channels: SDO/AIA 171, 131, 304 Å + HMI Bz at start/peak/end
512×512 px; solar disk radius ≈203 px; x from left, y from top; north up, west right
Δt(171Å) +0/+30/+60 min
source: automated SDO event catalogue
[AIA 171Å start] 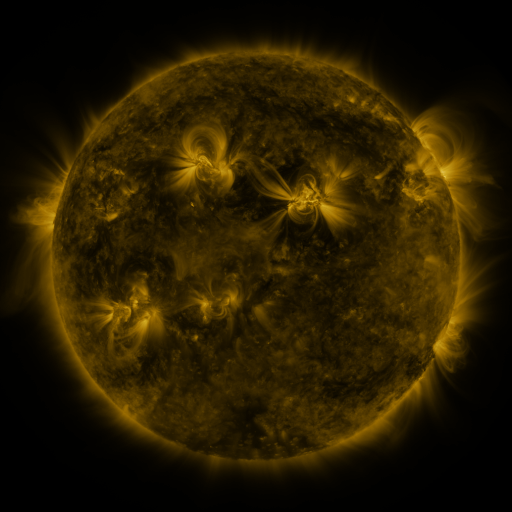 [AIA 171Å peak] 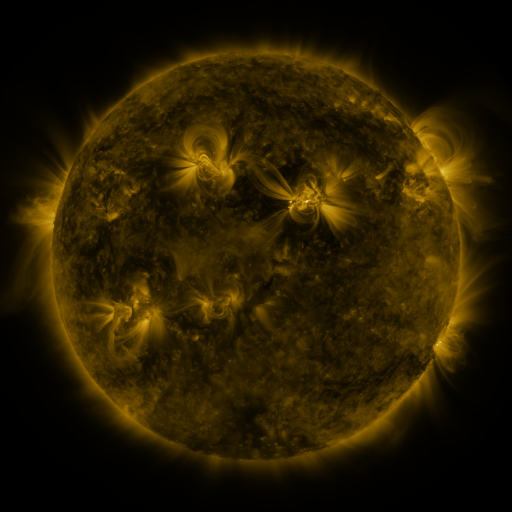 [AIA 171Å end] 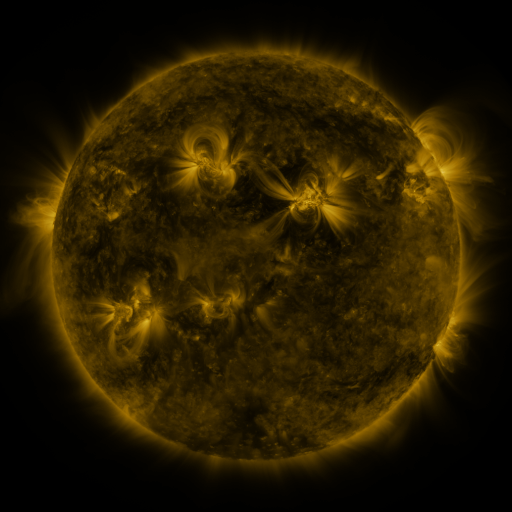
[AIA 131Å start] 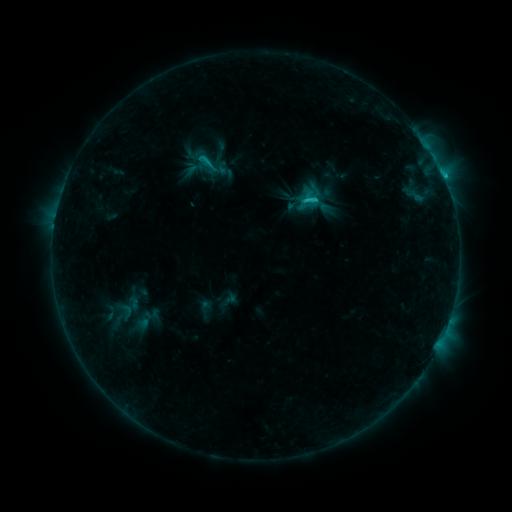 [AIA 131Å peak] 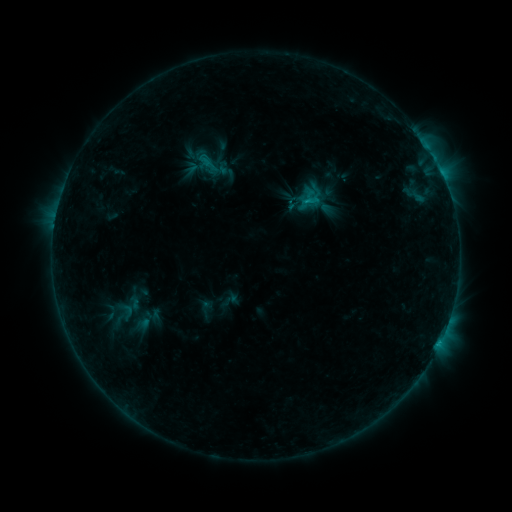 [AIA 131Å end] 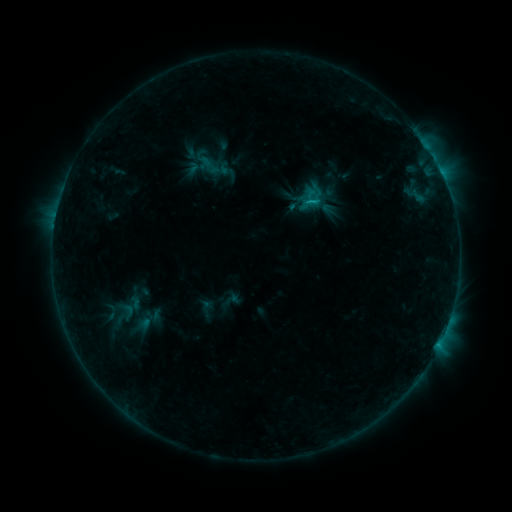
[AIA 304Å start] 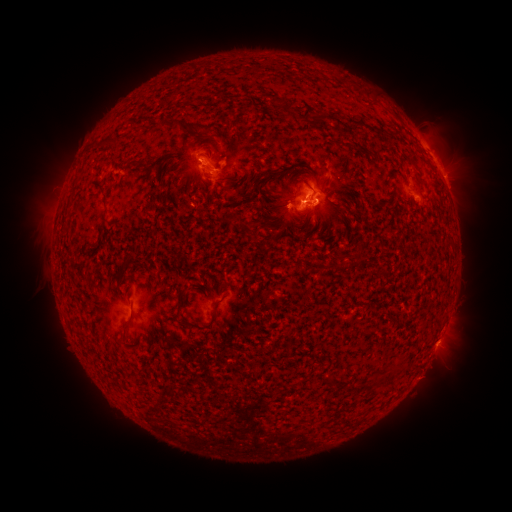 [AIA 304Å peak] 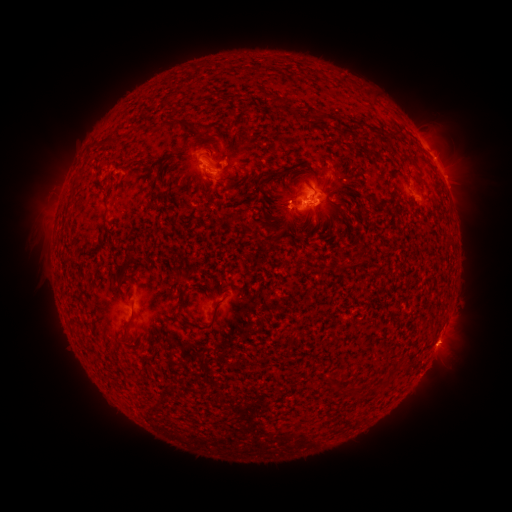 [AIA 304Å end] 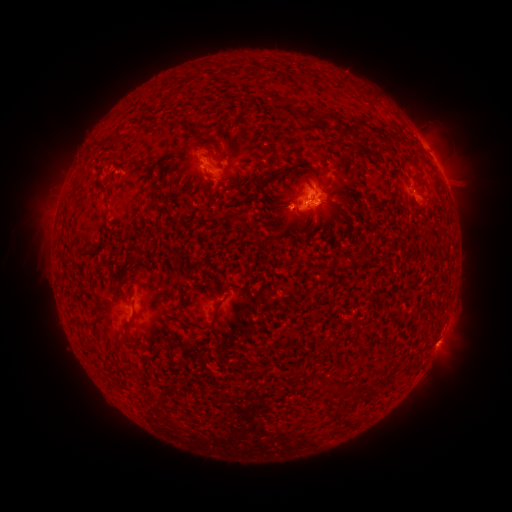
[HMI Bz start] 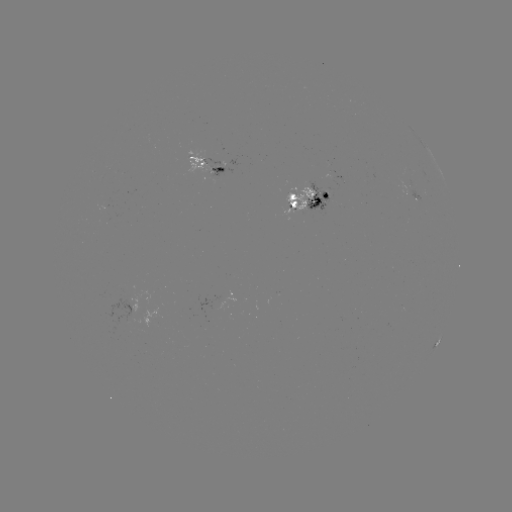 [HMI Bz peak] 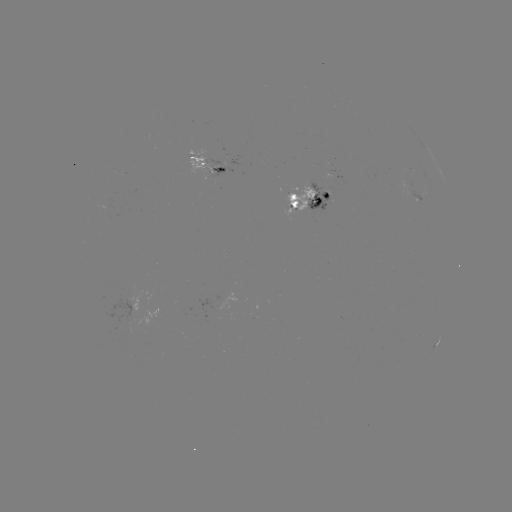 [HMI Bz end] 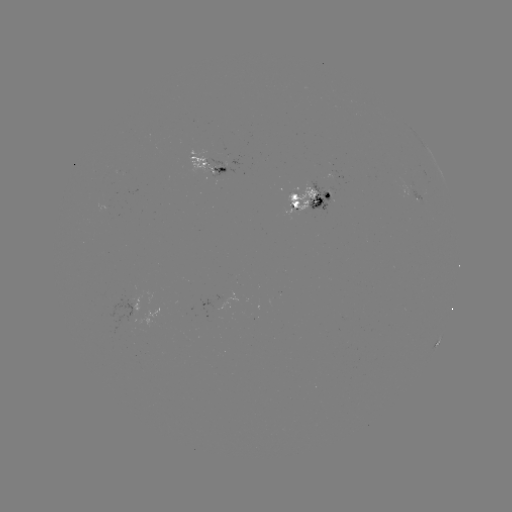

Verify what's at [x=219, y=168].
emerging-flux region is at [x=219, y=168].